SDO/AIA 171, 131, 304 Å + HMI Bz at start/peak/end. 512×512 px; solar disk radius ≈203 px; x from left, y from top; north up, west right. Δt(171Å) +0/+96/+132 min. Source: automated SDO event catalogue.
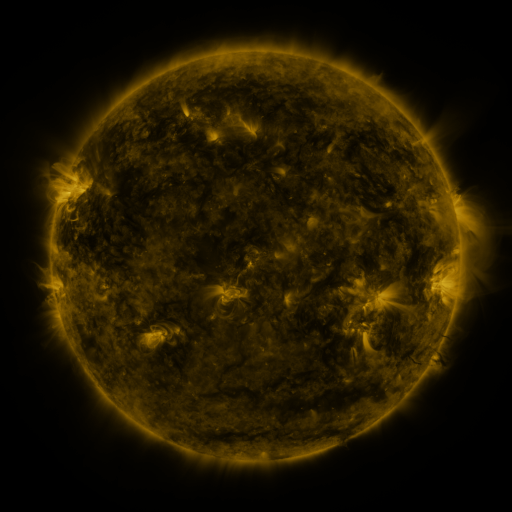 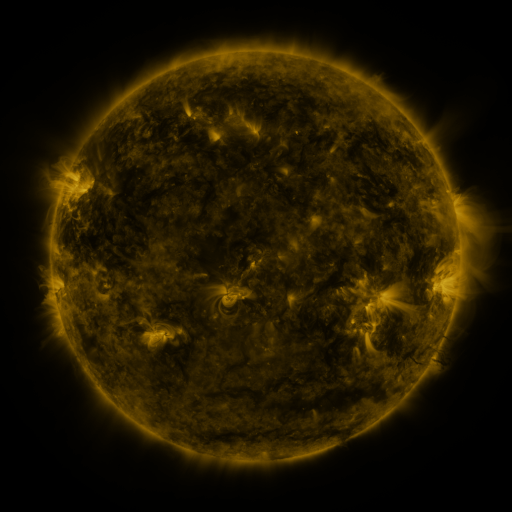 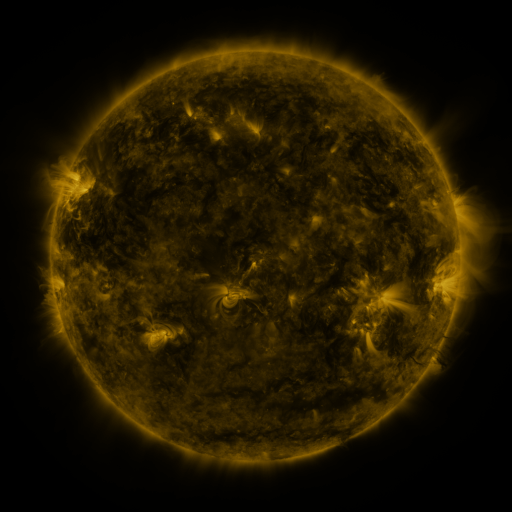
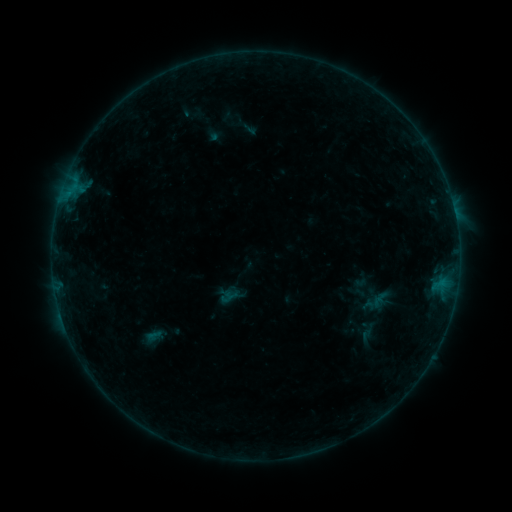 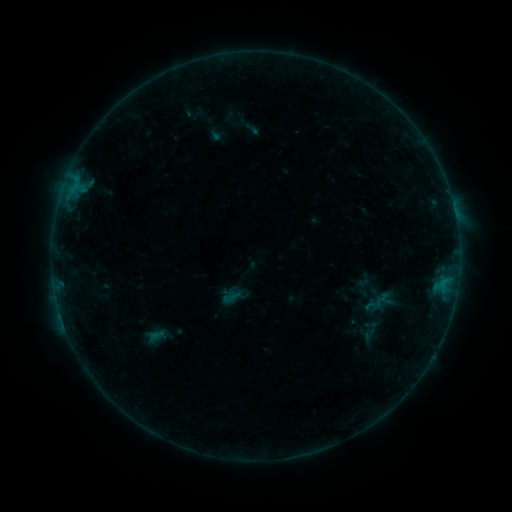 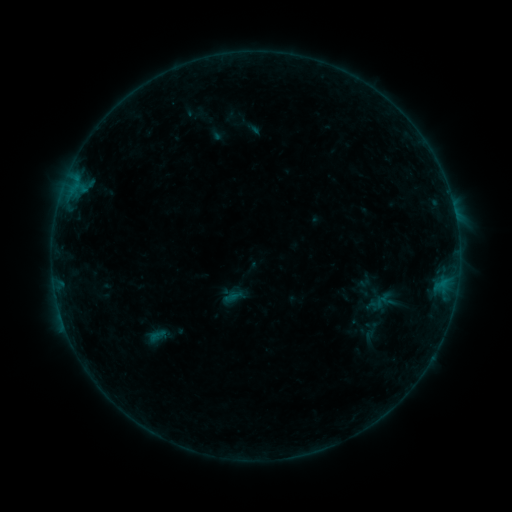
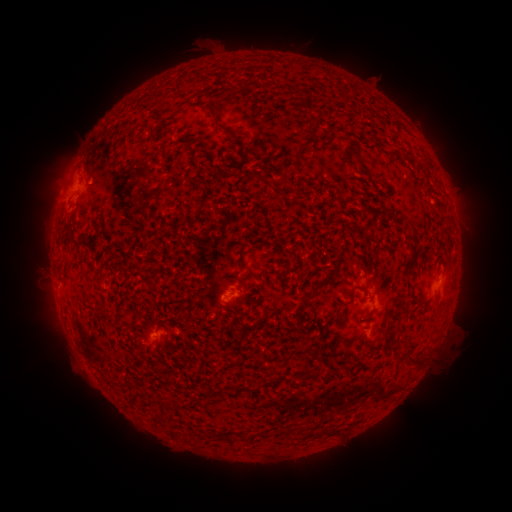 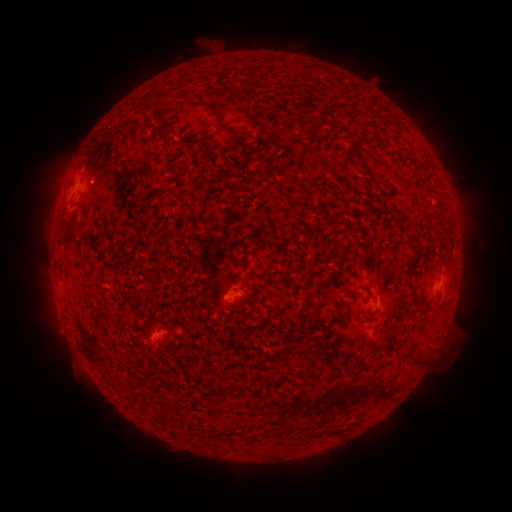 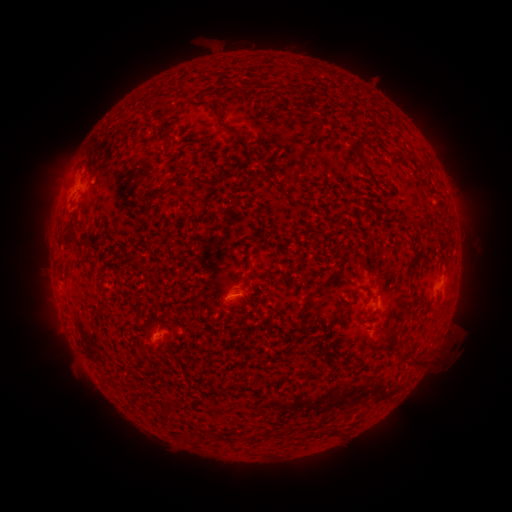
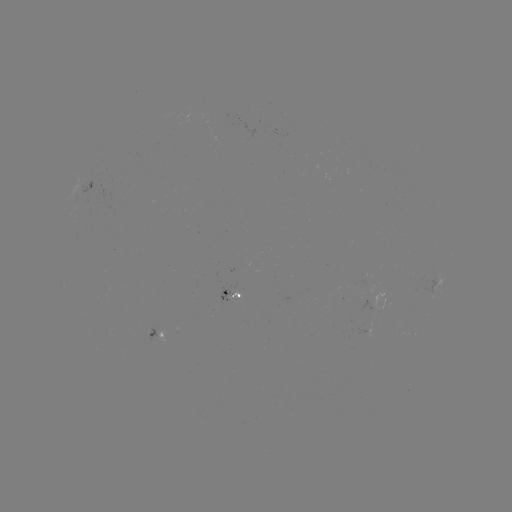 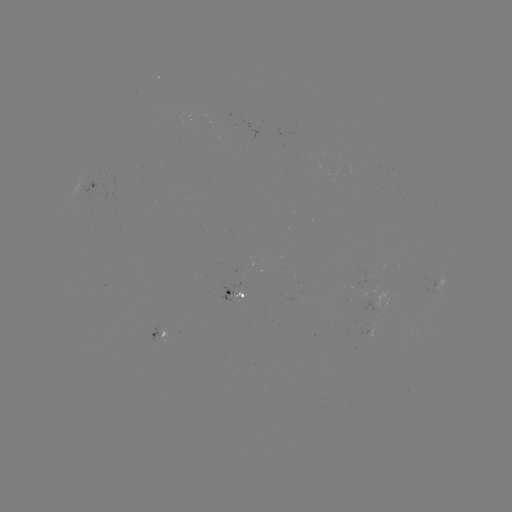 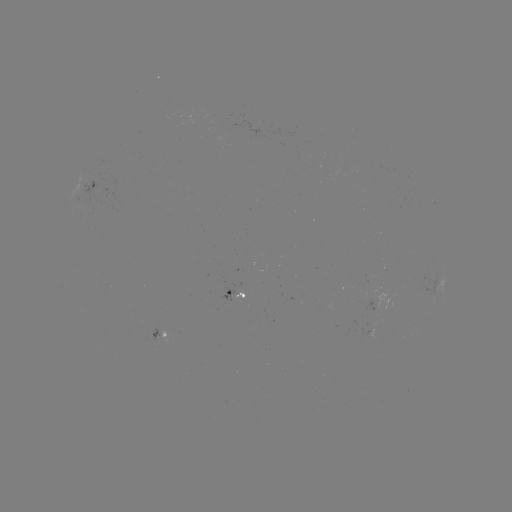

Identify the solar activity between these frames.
emerging-flux region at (361, 298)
